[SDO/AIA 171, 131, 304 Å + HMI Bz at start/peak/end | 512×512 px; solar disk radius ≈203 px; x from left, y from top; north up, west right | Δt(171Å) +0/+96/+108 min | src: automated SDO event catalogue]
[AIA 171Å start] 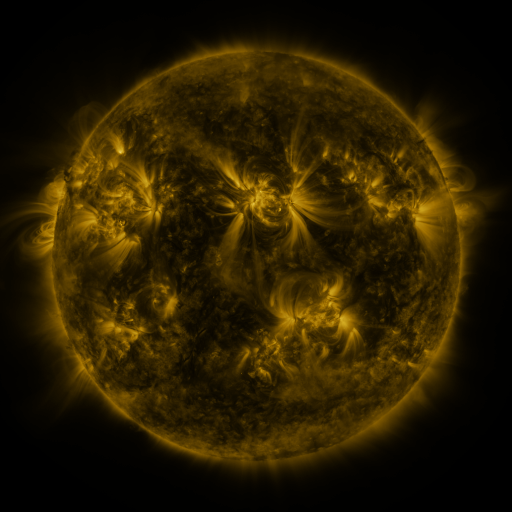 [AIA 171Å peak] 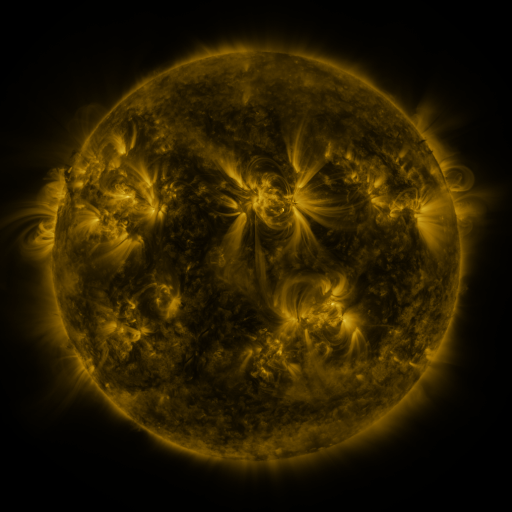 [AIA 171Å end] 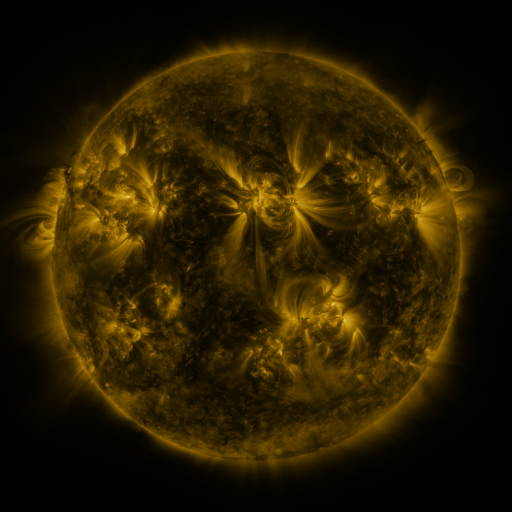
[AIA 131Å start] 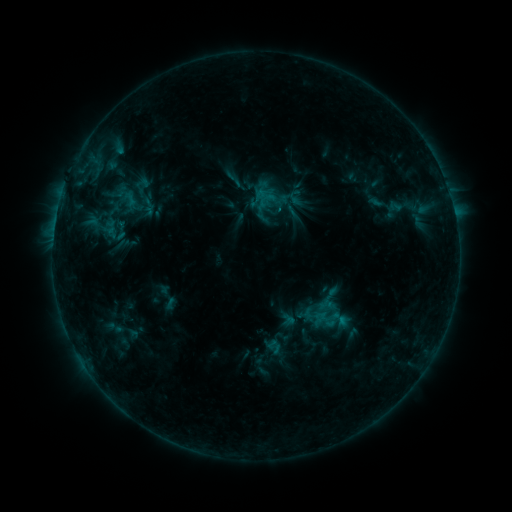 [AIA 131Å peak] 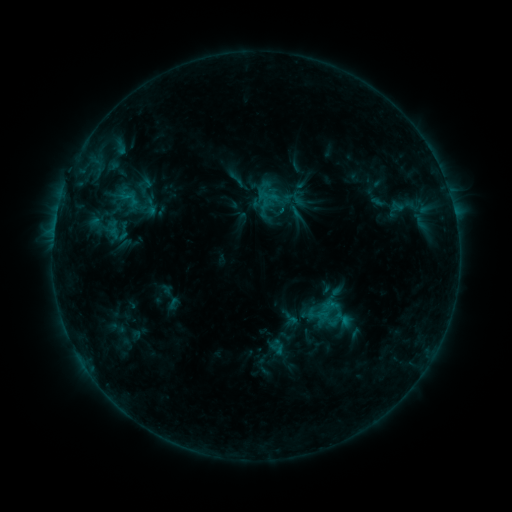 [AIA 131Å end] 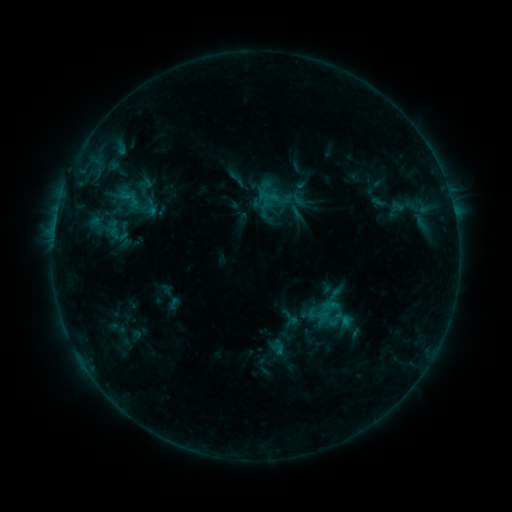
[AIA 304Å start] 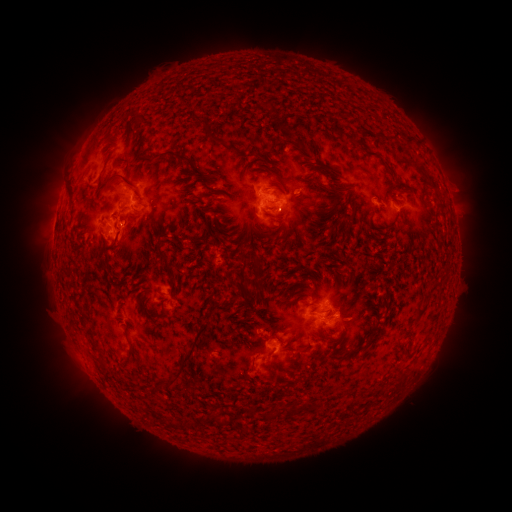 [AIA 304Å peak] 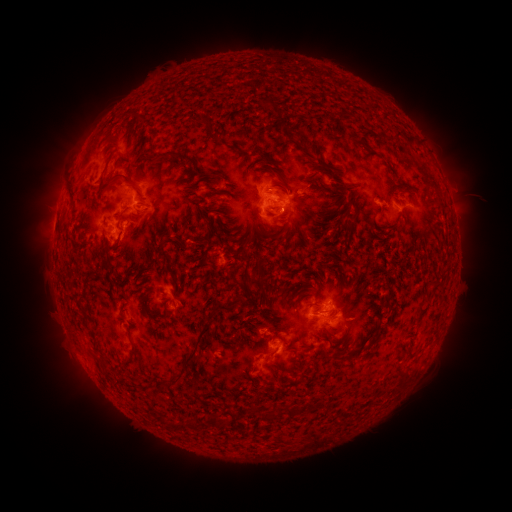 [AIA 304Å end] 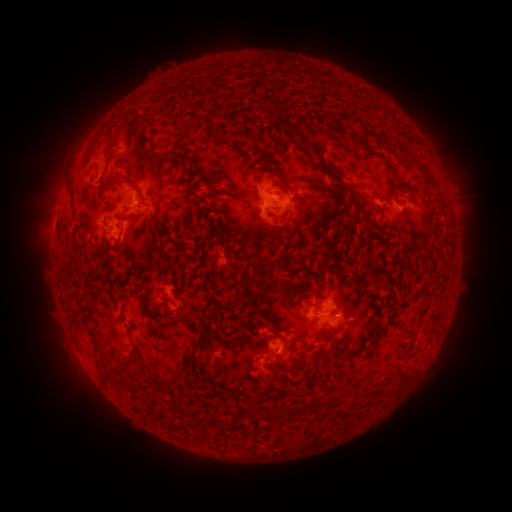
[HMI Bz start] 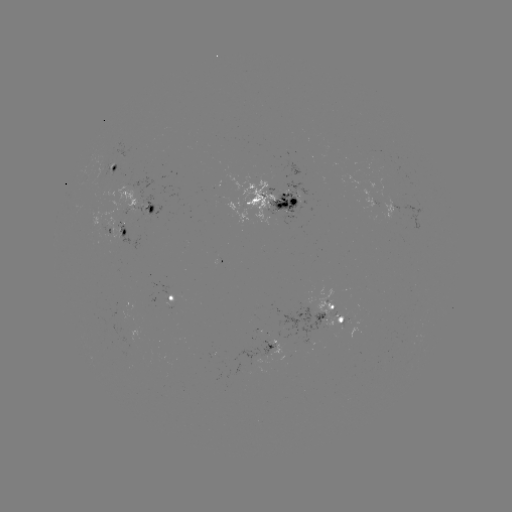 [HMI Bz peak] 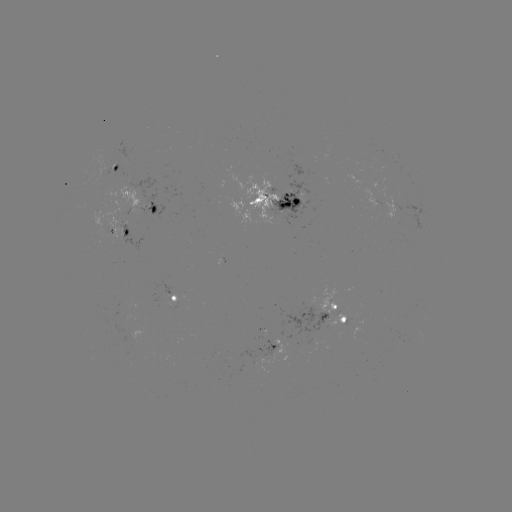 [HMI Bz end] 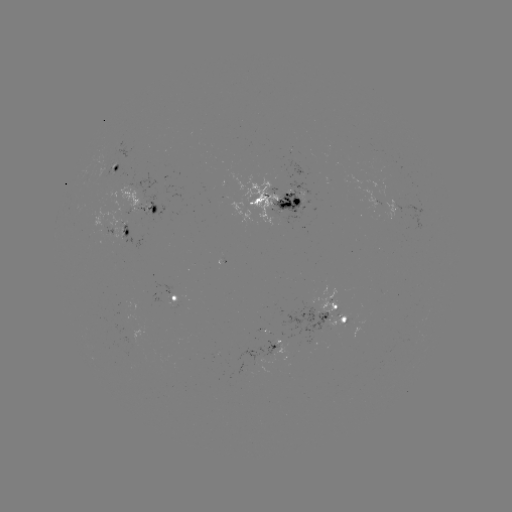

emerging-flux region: <bbox>95, 162, 112, 182</bbox>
